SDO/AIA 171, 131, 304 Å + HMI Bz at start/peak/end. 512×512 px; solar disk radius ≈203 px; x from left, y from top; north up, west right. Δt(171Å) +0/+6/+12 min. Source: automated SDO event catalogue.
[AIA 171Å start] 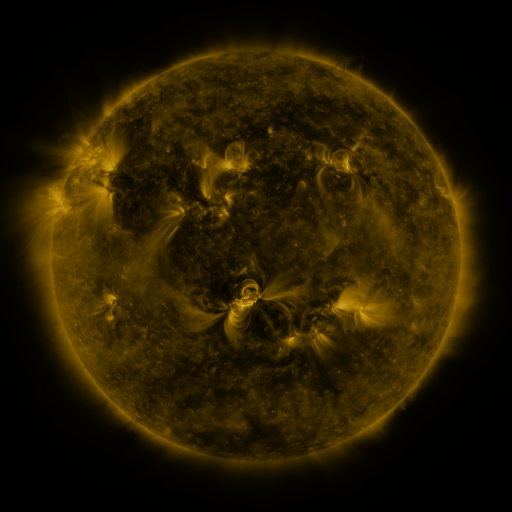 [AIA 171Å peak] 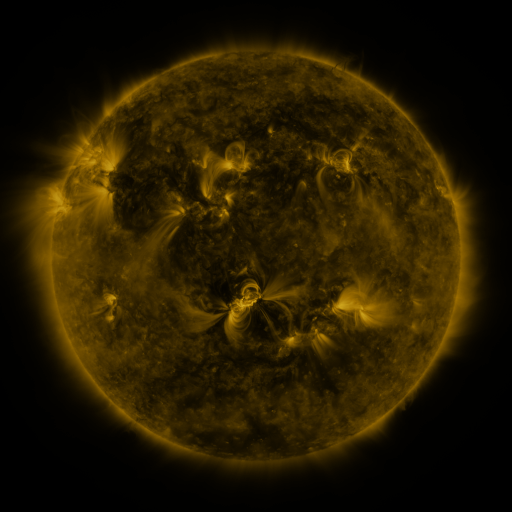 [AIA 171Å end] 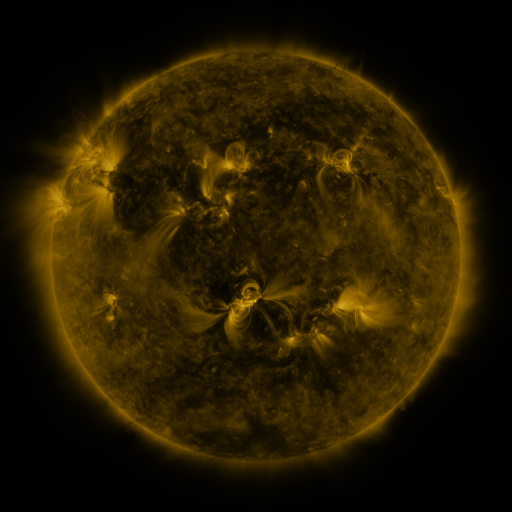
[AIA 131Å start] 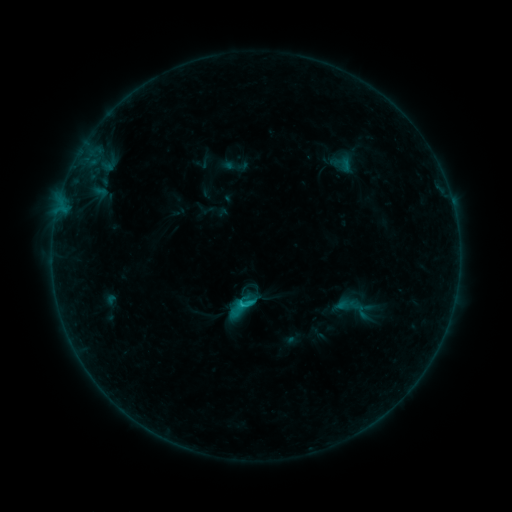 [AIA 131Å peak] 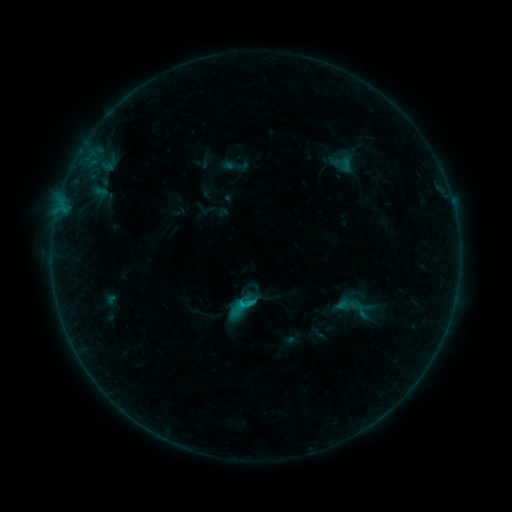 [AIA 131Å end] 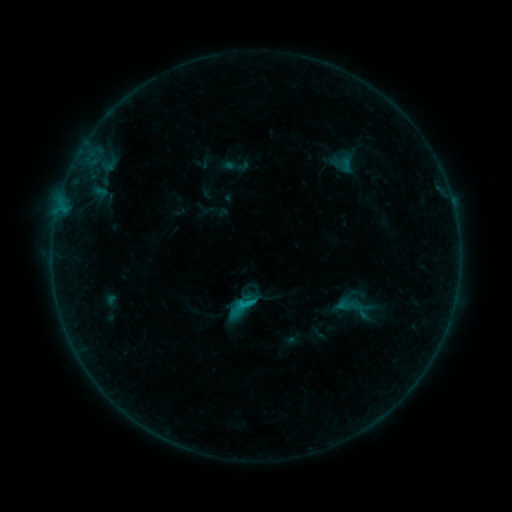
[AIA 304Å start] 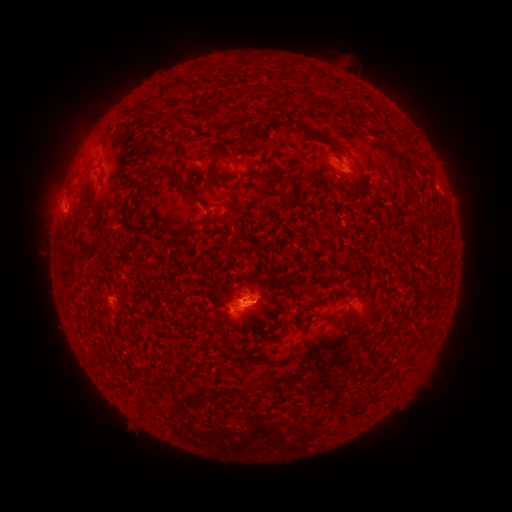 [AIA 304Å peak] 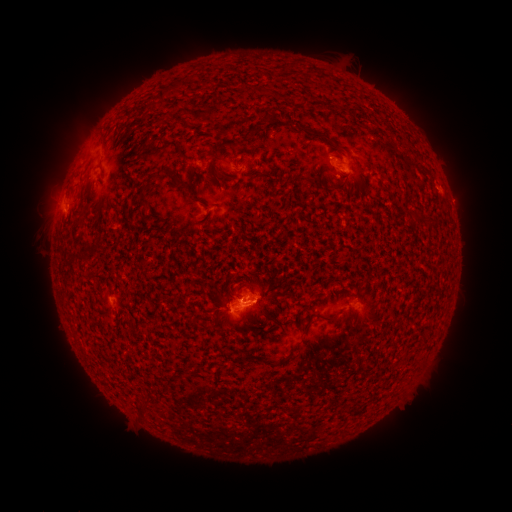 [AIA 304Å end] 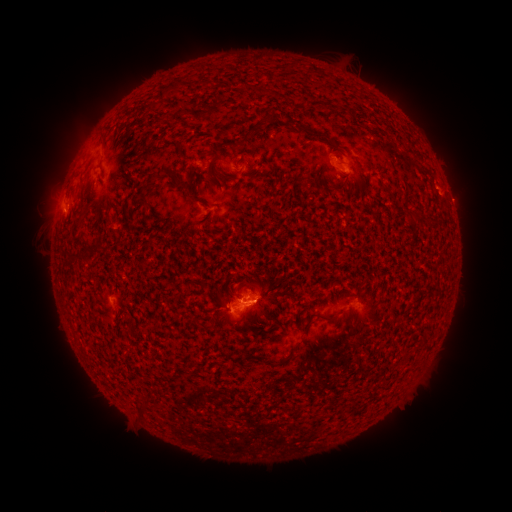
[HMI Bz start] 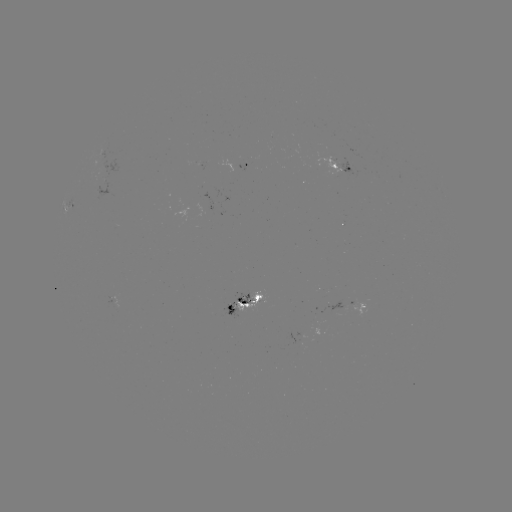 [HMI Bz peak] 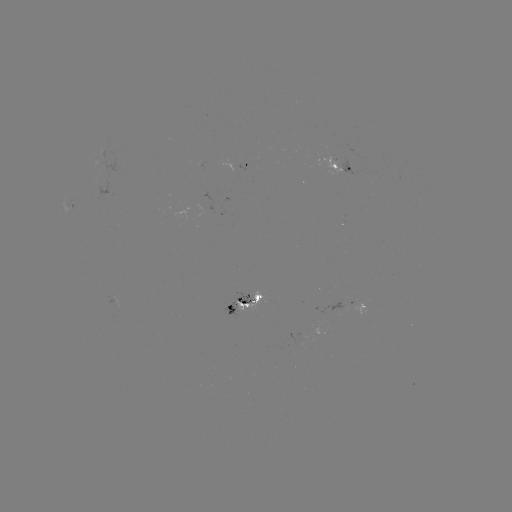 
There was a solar eruption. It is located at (447, 188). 